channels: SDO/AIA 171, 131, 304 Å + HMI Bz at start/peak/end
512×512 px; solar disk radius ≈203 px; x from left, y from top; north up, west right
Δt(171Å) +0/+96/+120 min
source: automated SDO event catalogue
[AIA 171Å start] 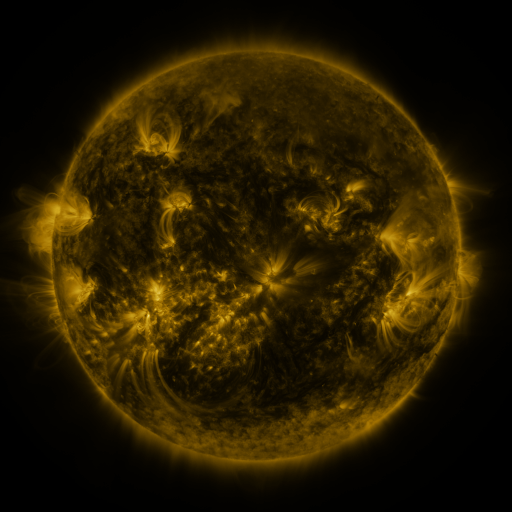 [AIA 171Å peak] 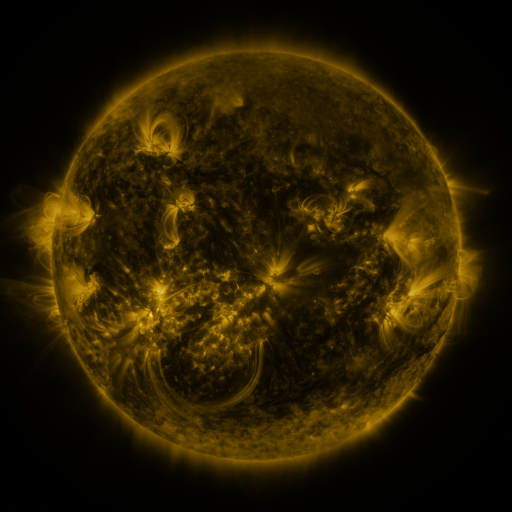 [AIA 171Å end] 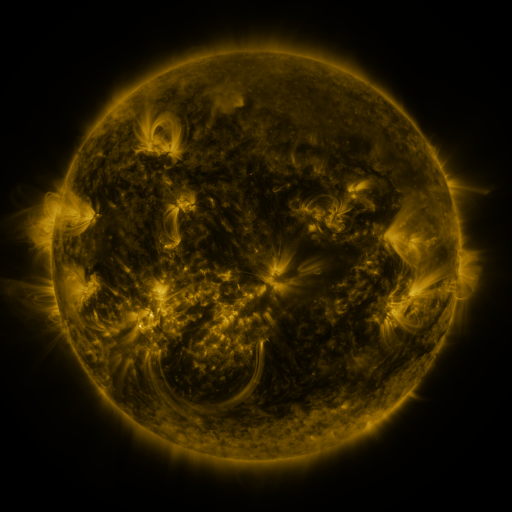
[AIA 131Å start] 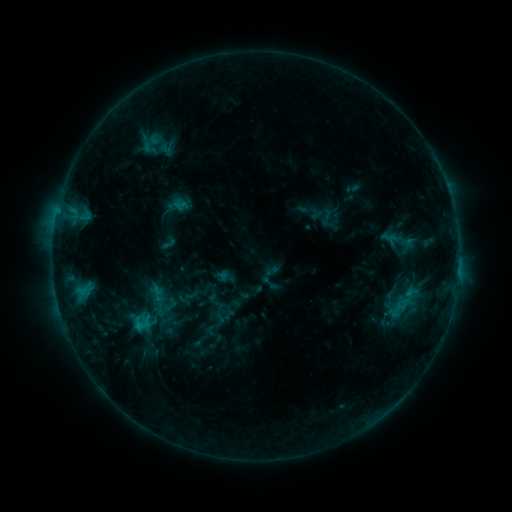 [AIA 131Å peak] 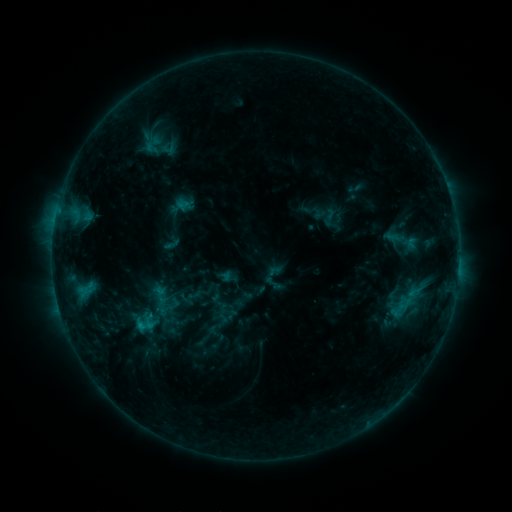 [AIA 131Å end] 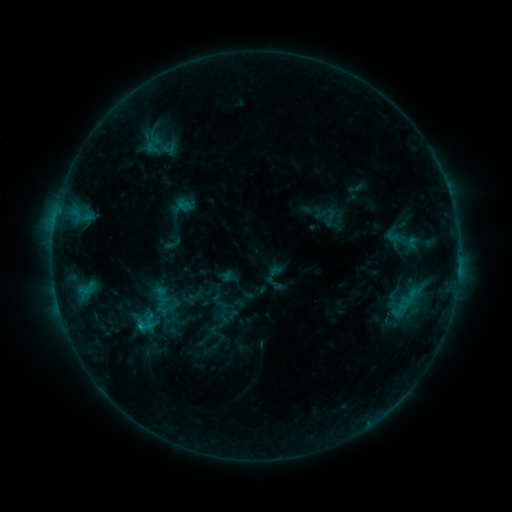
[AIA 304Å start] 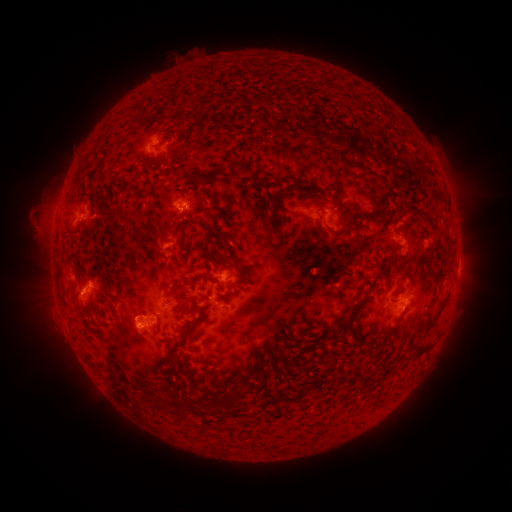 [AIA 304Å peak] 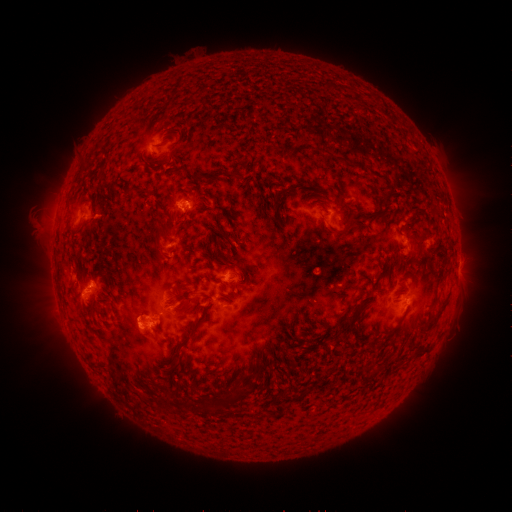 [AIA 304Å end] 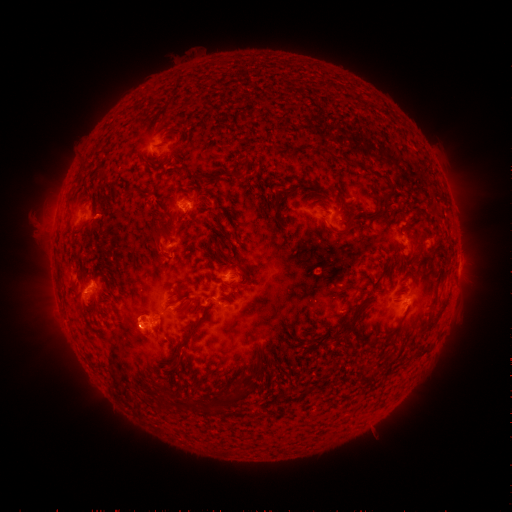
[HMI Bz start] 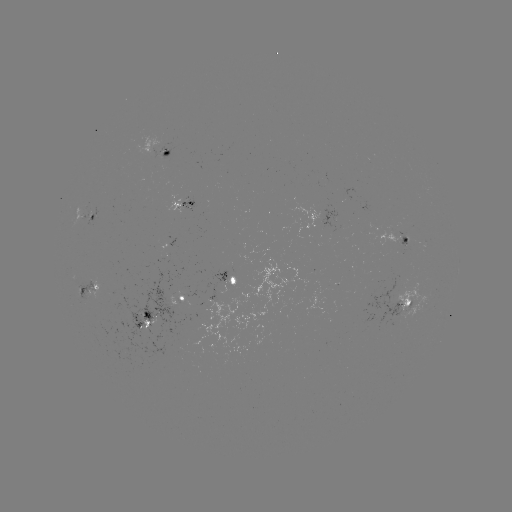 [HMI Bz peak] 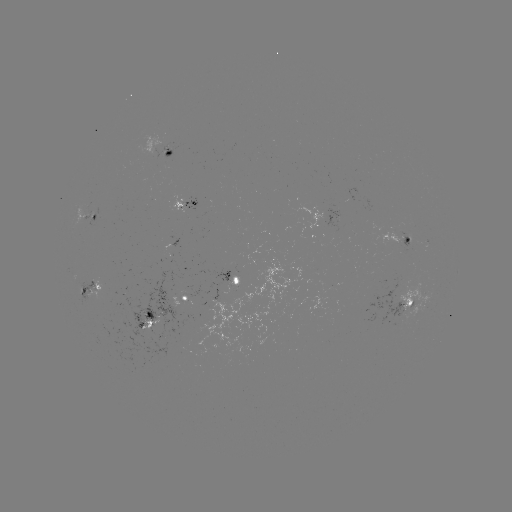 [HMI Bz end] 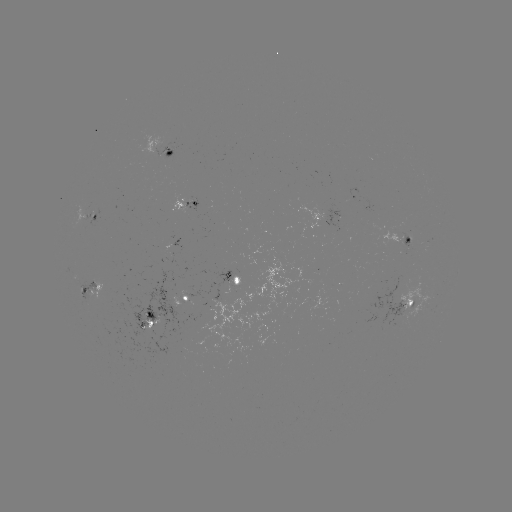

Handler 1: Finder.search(emerging-flux region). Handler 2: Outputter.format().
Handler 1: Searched emerging-flux region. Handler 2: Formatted (404, 242).